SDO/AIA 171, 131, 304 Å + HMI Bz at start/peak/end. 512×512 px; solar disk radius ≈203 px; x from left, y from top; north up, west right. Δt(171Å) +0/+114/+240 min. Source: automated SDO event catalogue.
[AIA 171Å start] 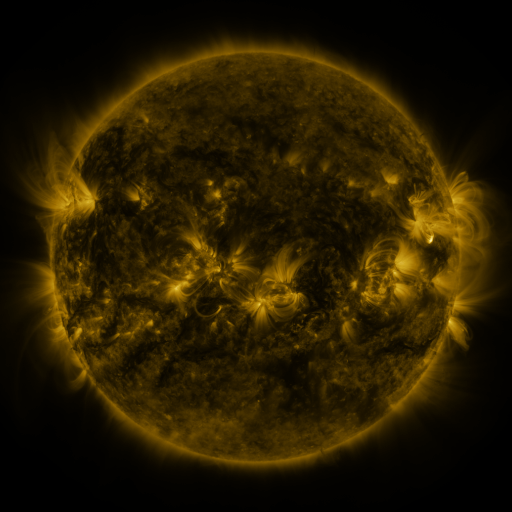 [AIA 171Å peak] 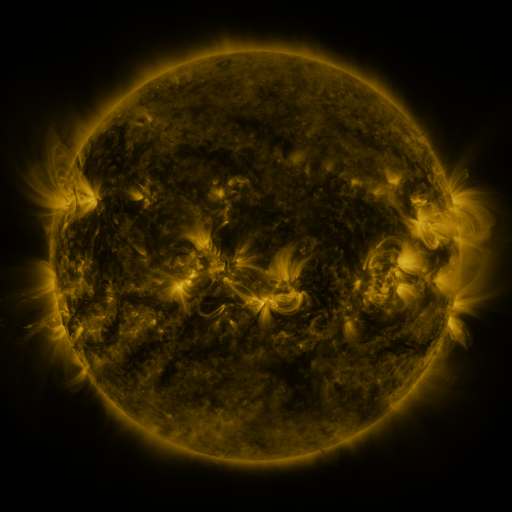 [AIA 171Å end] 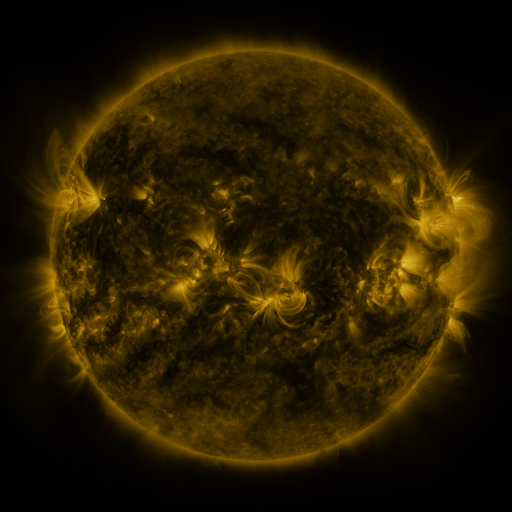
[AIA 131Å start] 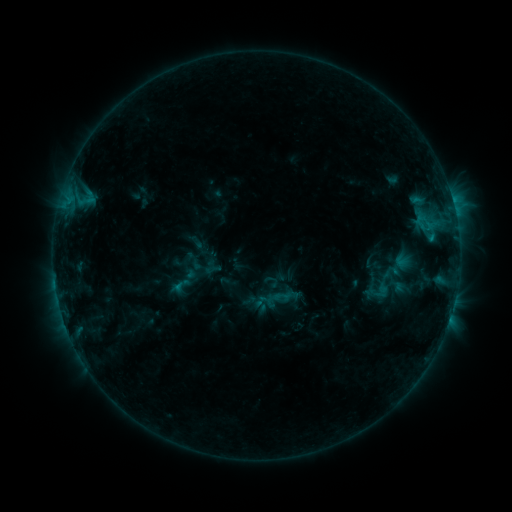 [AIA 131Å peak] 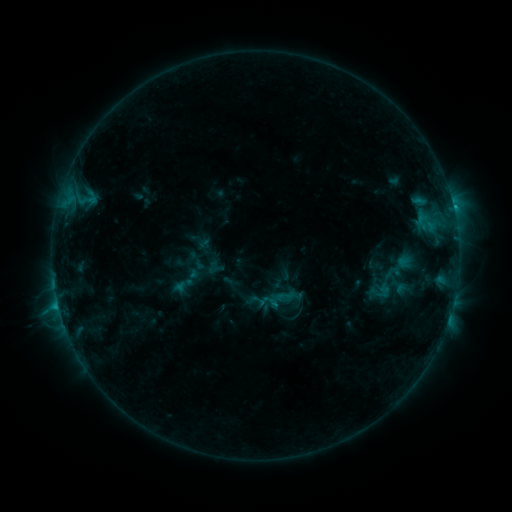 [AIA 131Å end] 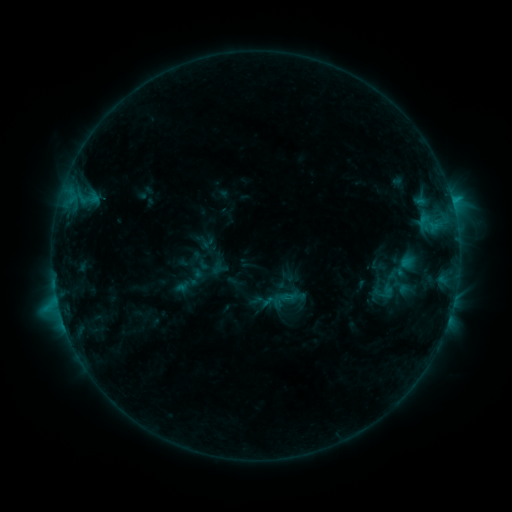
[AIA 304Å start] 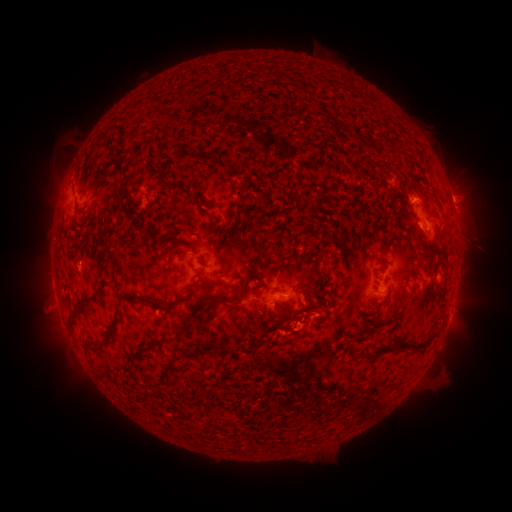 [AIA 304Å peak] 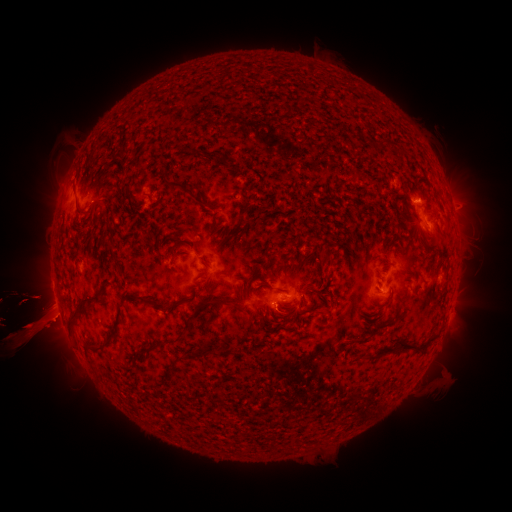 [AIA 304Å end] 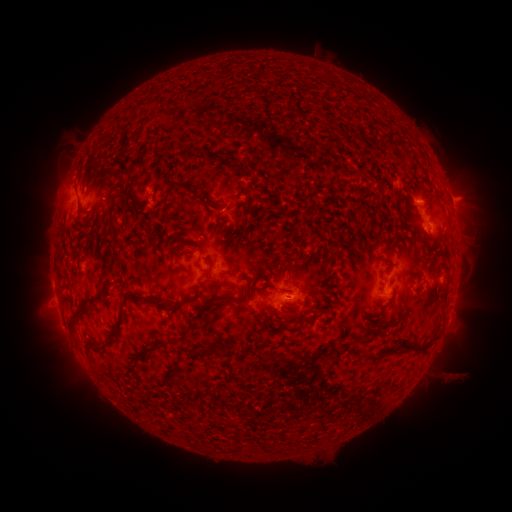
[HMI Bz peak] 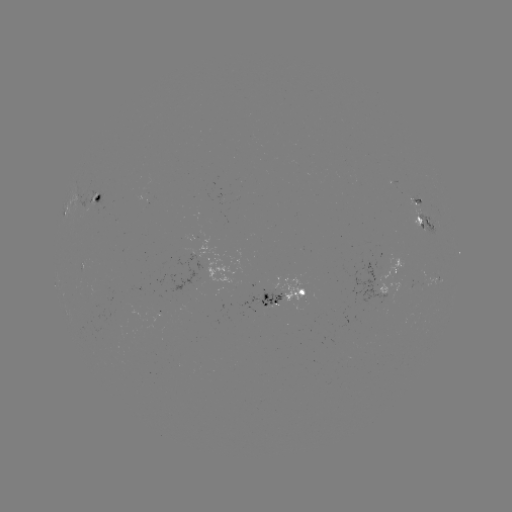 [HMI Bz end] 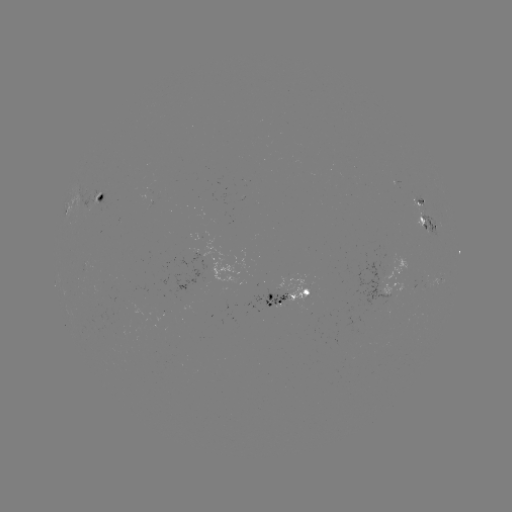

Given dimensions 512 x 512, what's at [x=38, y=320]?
filament eruption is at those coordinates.